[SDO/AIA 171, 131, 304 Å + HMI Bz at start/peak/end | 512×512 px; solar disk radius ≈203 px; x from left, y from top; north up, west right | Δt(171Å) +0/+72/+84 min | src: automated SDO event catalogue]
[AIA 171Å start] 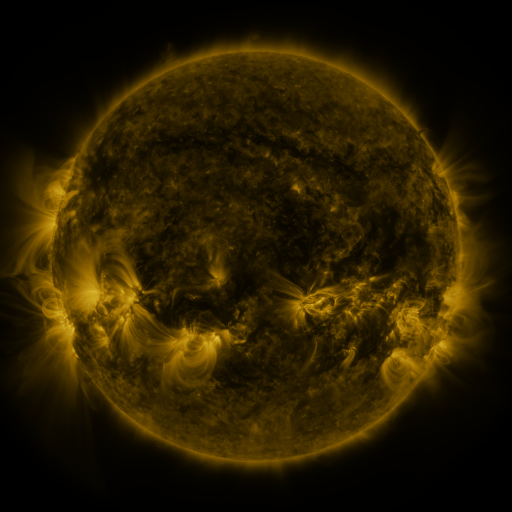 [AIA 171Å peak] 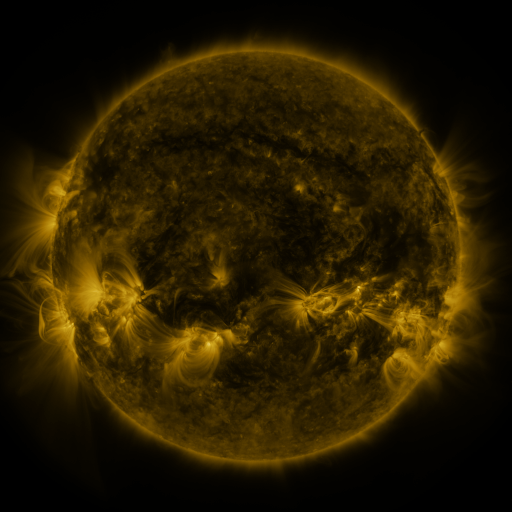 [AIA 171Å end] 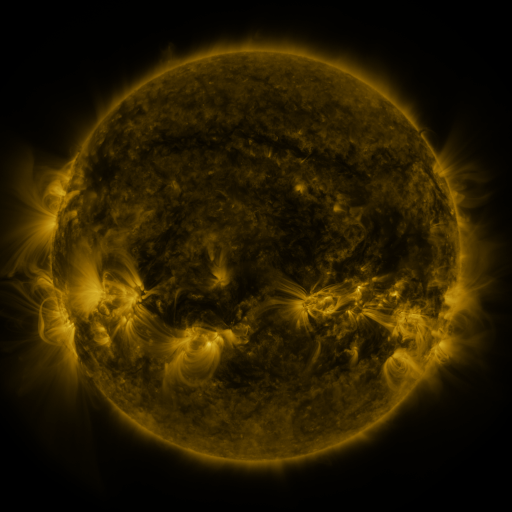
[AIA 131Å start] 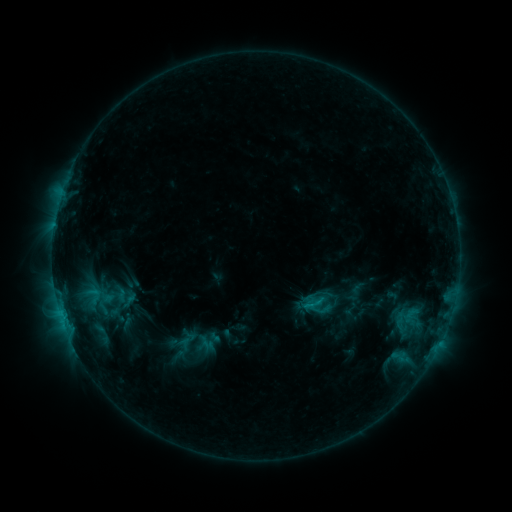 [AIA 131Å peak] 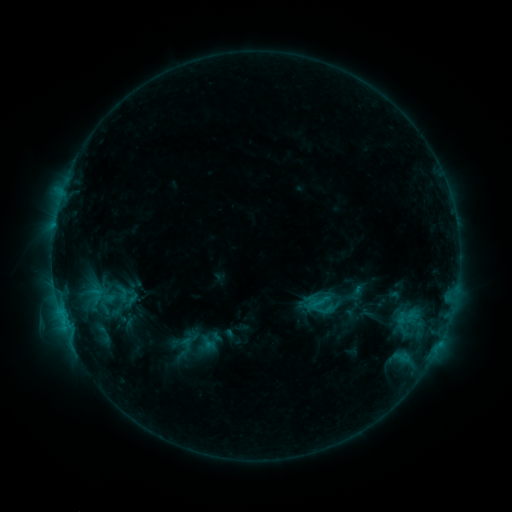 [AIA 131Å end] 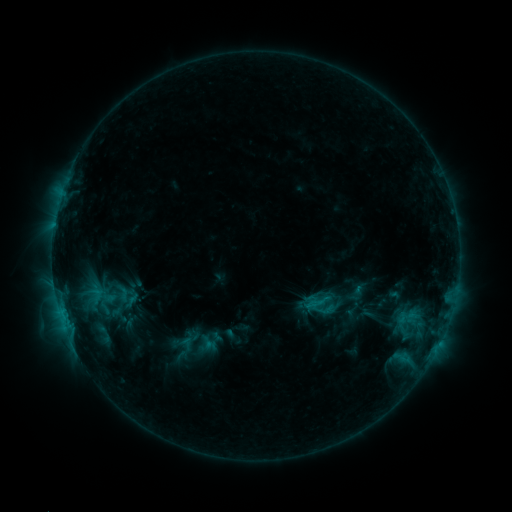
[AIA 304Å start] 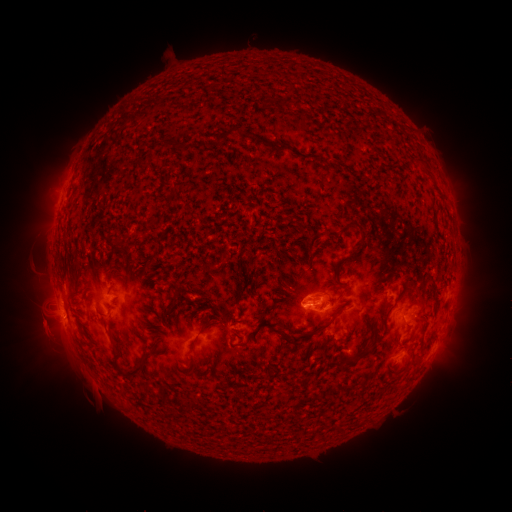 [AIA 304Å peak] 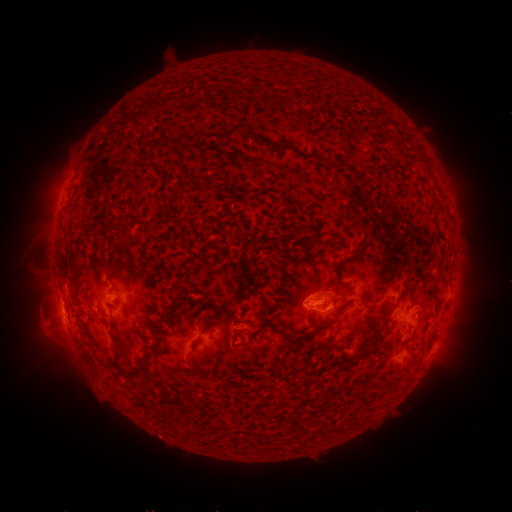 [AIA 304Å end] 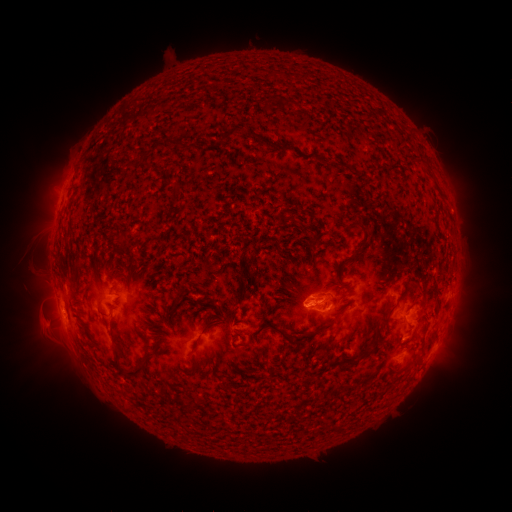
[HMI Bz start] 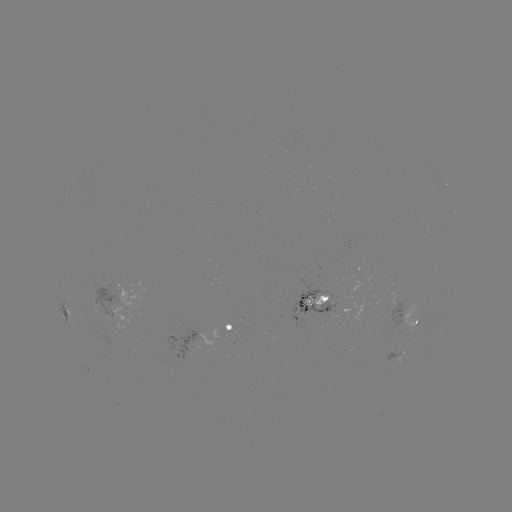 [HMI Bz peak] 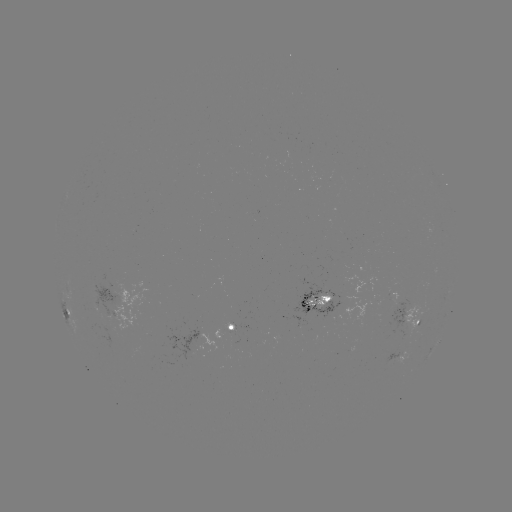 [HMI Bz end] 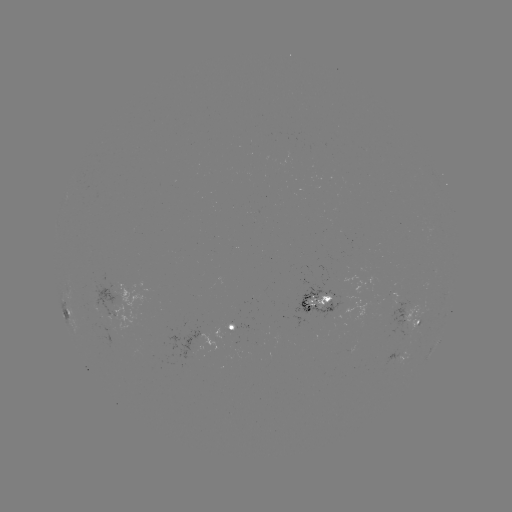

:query emerging-flux region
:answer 234,343